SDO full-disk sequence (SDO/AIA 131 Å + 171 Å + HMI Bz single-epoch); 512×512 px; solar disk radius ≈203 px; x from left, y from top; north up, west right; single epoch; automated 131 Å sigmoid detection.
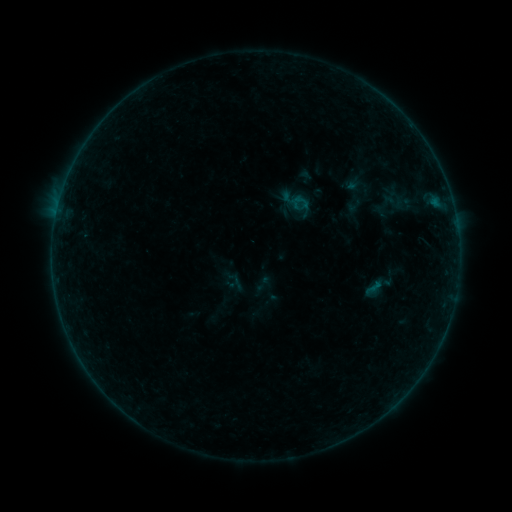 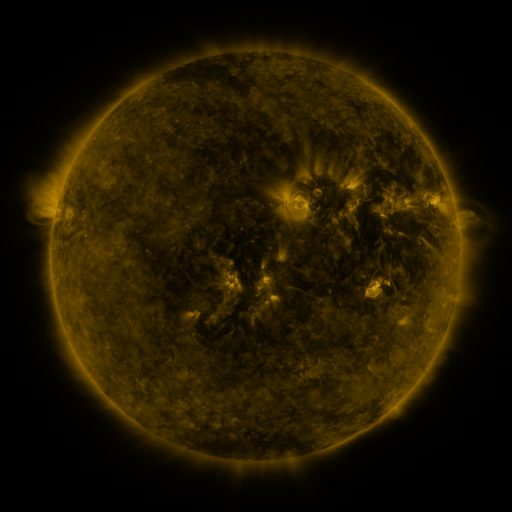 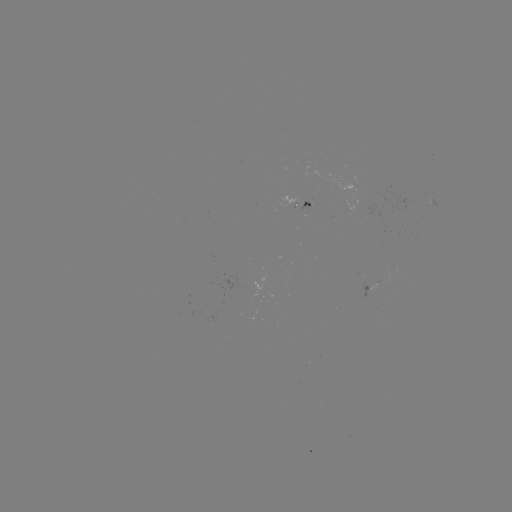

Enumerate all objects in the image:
sigmoid: (290, 194, 309, 211)
